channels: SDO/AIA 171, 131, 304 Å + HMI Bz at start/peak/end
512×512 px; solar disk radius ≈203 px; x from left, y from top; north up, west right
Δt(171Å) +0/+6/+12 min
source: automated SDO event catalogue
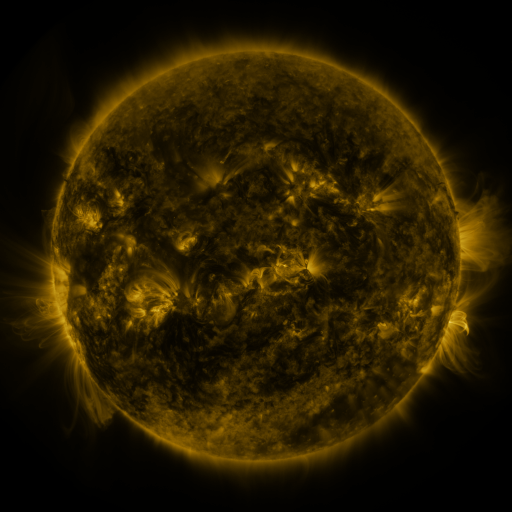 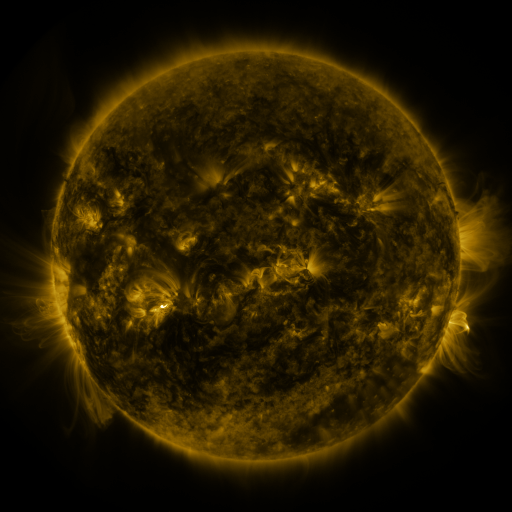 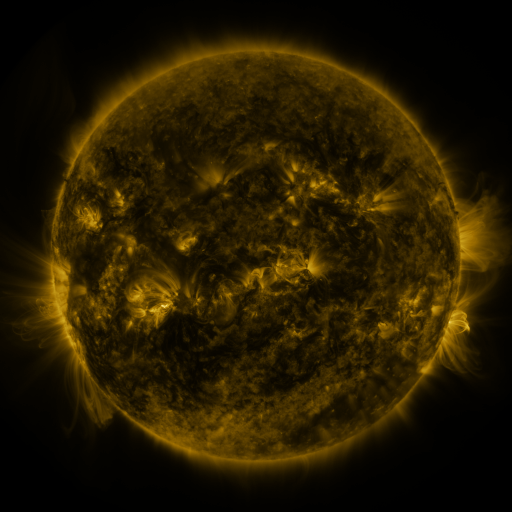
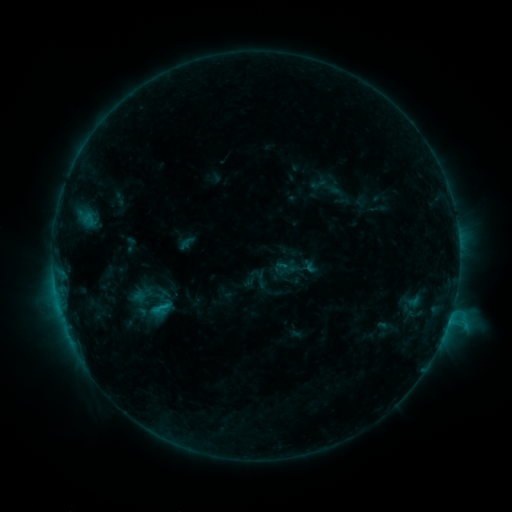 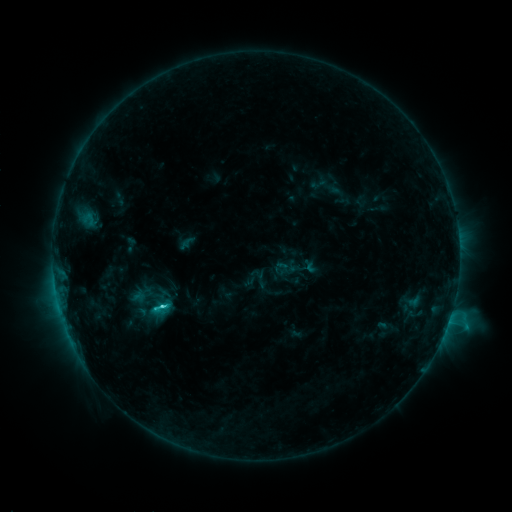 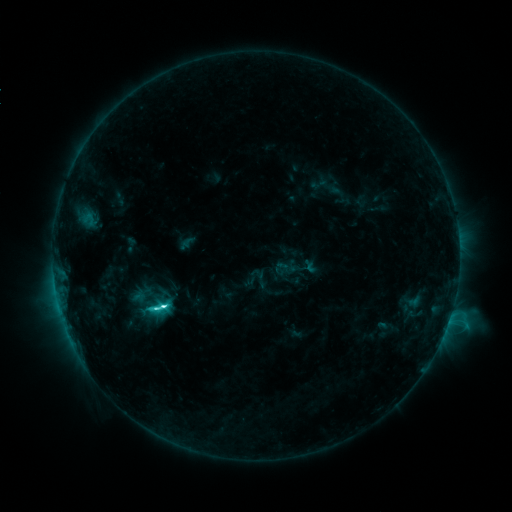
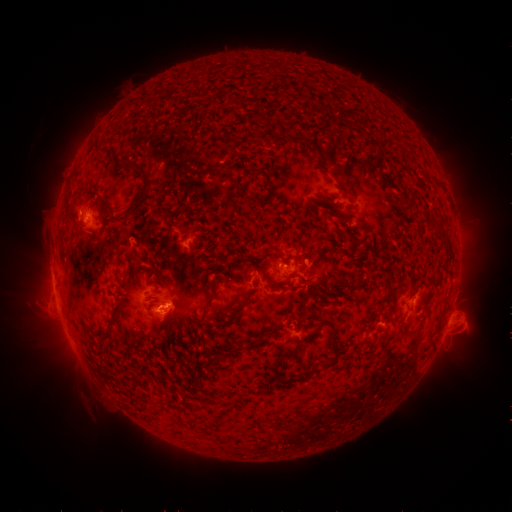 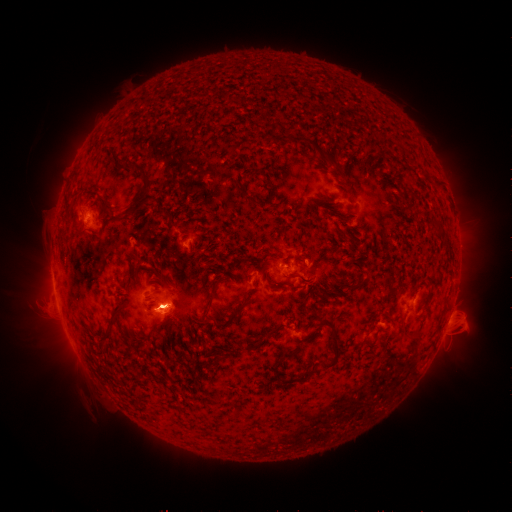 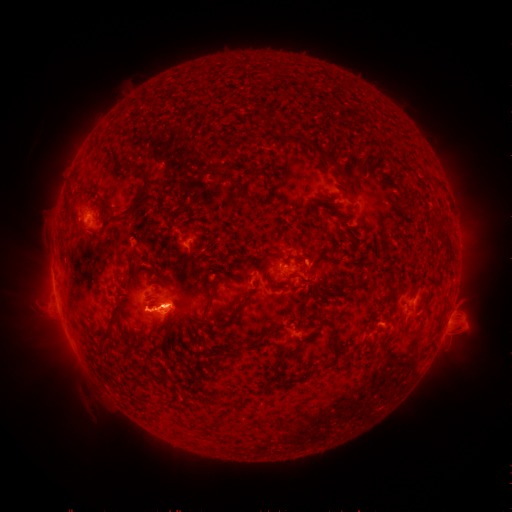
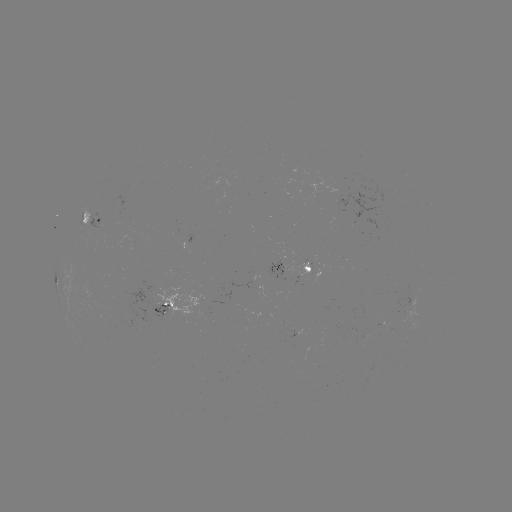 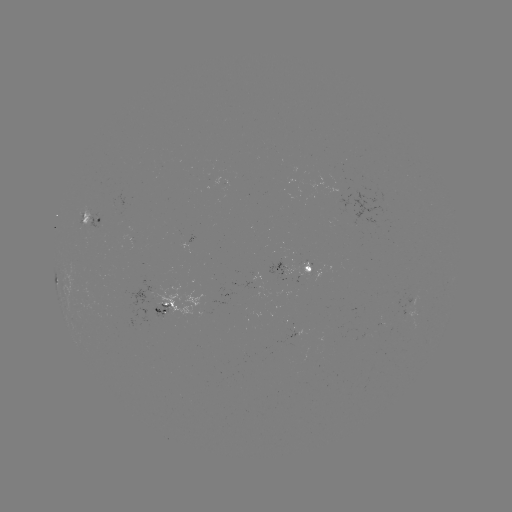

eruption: (141, 268, 196, 346)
